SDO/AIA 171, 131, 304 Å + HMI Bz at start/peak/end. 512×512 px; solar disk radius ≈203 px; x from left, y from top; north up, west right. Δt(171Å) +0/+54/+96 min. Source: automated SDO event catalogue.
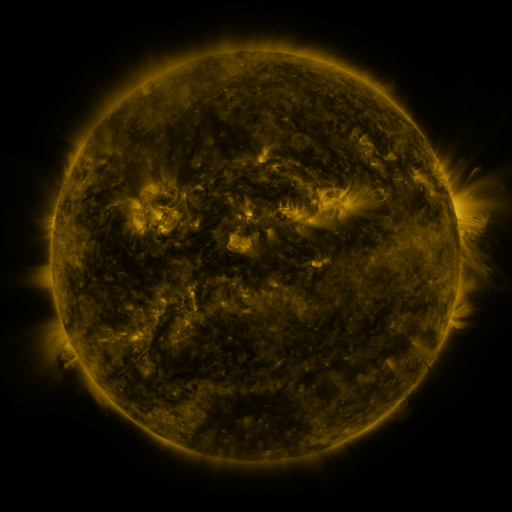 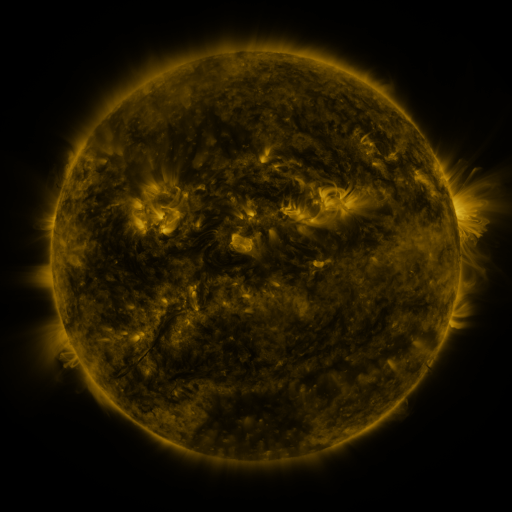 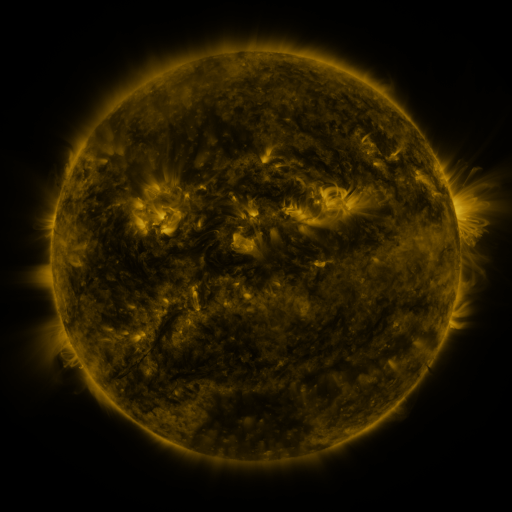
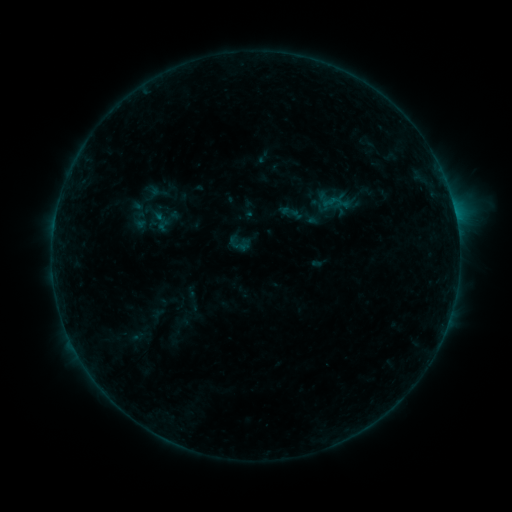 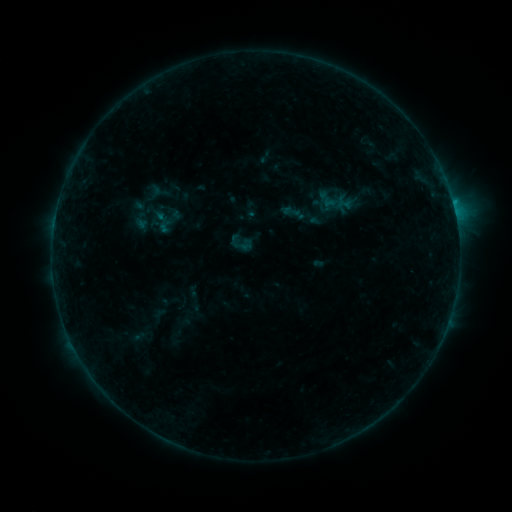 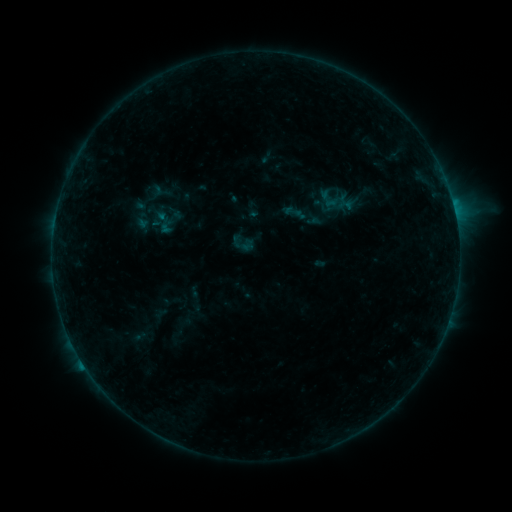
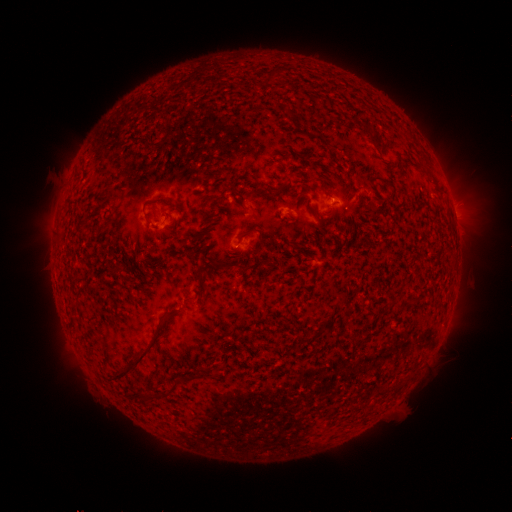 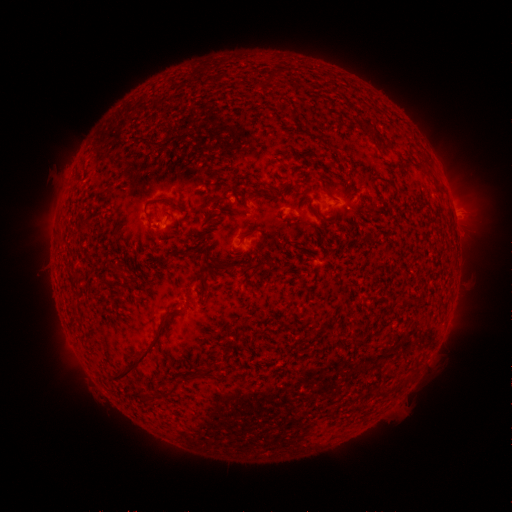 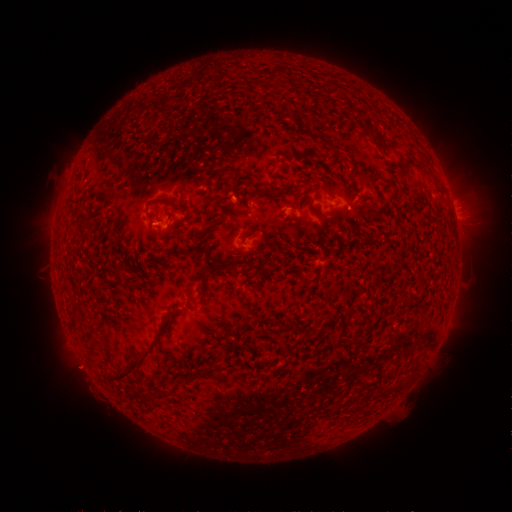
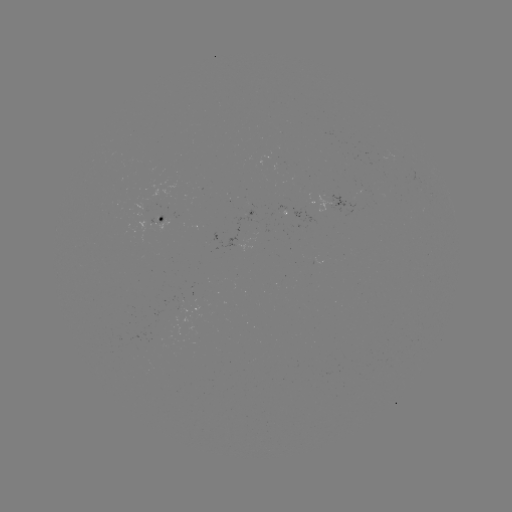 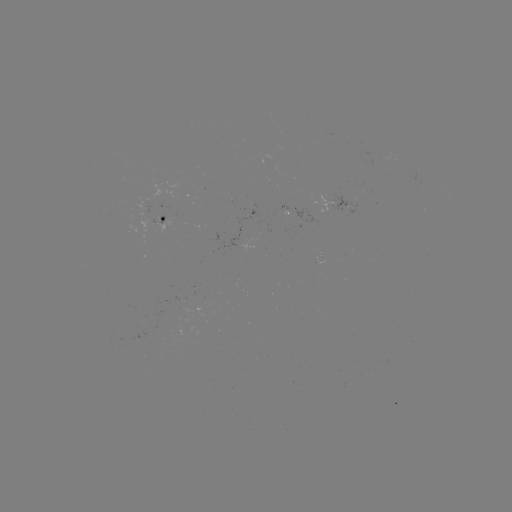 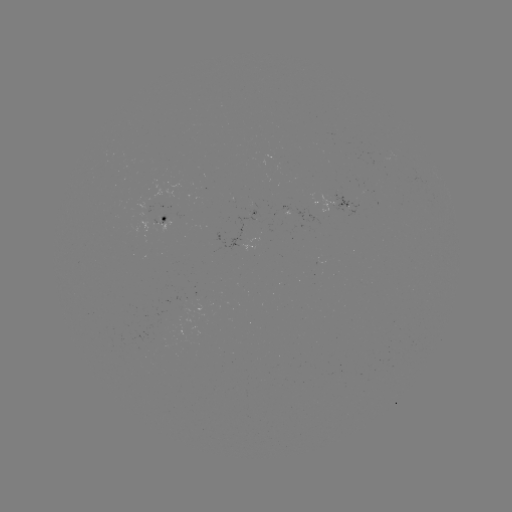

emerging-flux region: [330, 190, 364, 215]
